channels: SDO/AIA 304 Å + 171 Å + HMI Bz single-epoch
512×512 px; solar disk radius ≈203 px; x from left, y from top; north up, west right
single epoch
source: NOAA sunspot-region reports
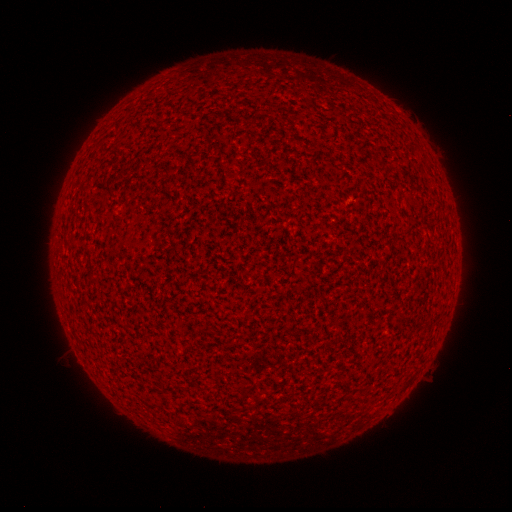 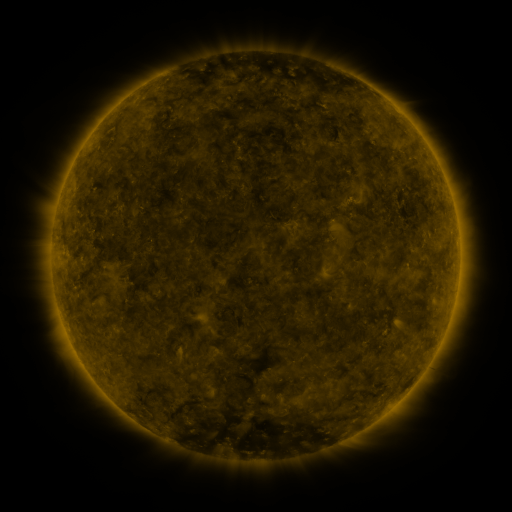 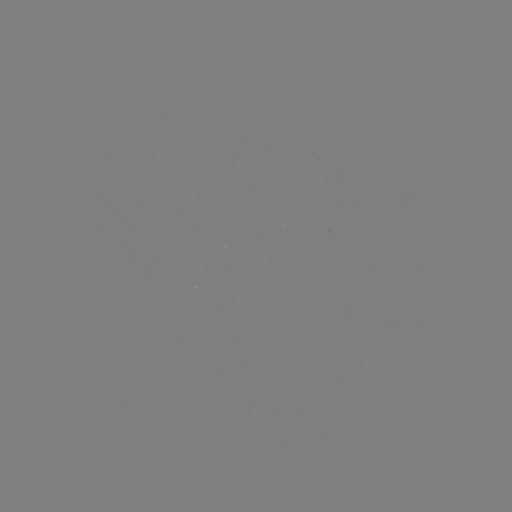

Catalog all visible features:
(none)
